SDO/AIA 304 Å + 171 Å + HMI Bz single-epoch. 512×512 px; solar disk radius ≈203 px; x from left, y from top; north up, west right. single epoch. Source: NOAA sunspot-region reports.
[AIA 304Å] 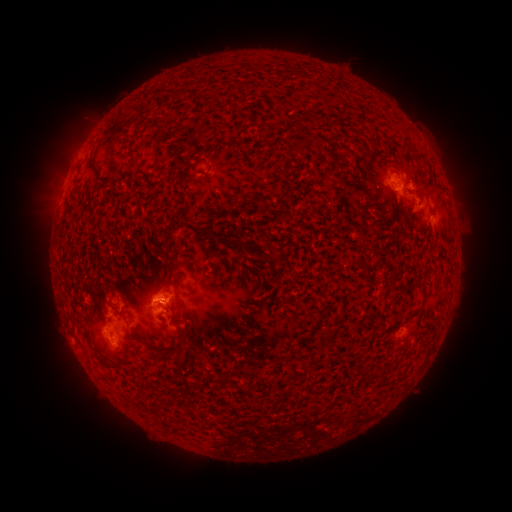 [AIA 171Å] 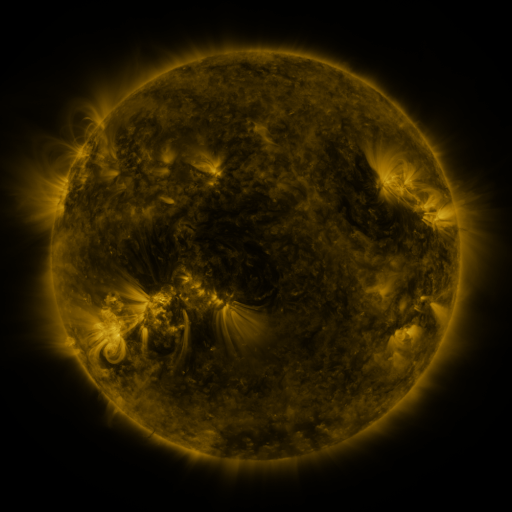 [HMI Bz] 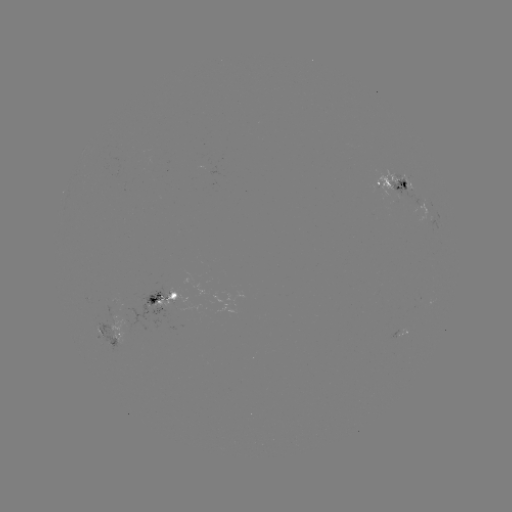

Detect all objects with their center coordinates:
spotted active region: (393, 184)
spotted active region: (440, 220)
spotted active region: (164, 303)
spotted active region: (110, 331)
spotted active region: (403, 332)
